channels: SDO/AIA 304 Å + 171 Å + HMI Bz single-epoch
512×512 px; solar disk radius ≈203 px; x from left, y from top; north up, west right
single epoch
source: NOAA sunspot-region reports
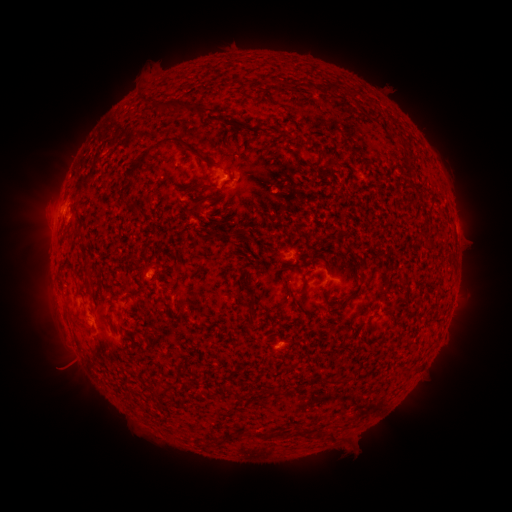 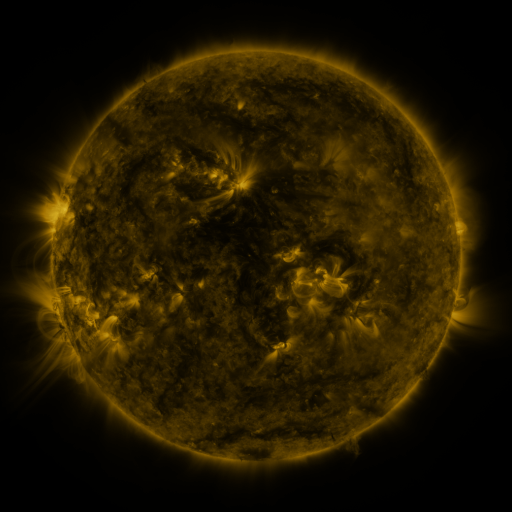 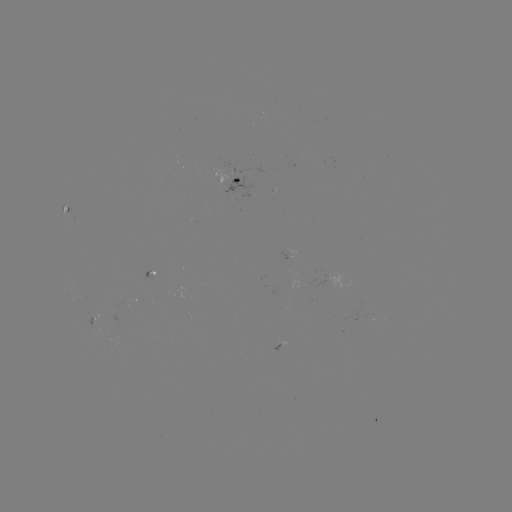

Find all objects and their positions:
spotted active region: (235, 180)
spotted active region: (67, 206)
spotted active region: (287, 253)
spotted active region: (149, 274)
